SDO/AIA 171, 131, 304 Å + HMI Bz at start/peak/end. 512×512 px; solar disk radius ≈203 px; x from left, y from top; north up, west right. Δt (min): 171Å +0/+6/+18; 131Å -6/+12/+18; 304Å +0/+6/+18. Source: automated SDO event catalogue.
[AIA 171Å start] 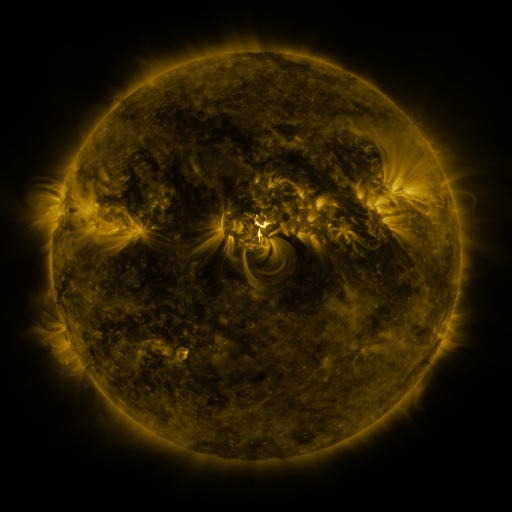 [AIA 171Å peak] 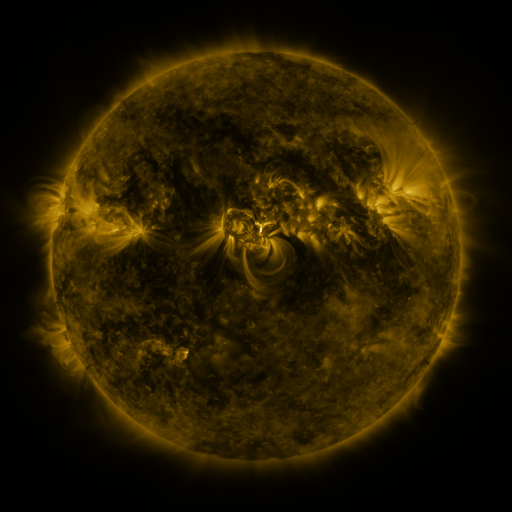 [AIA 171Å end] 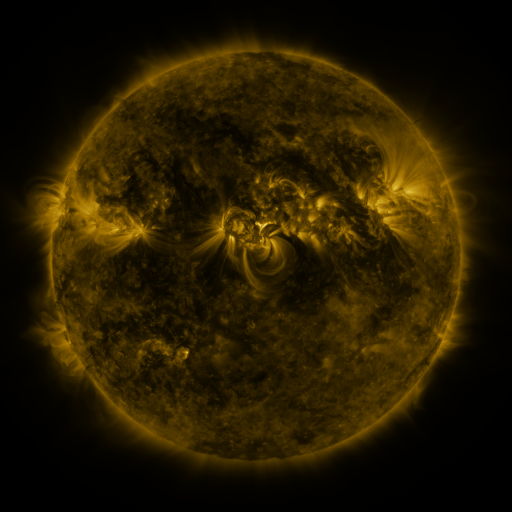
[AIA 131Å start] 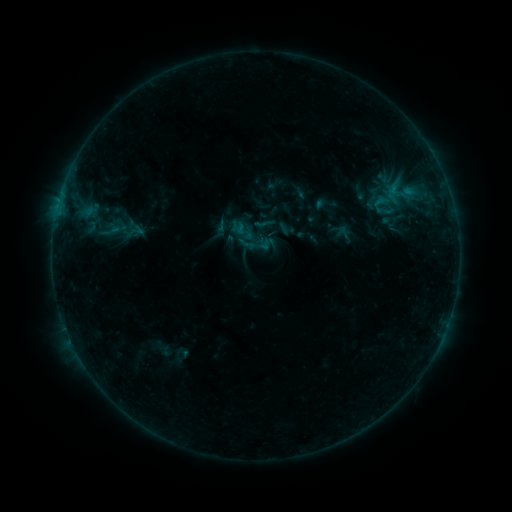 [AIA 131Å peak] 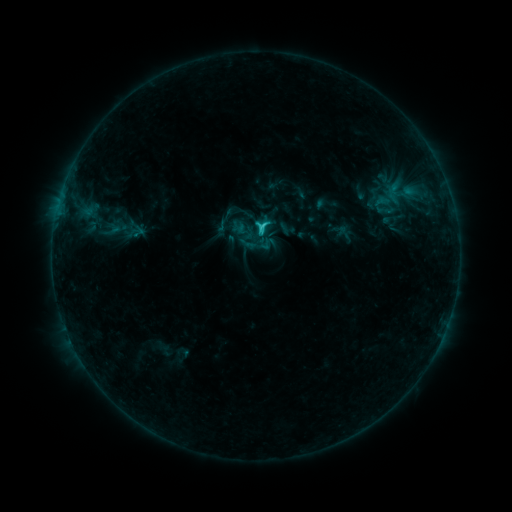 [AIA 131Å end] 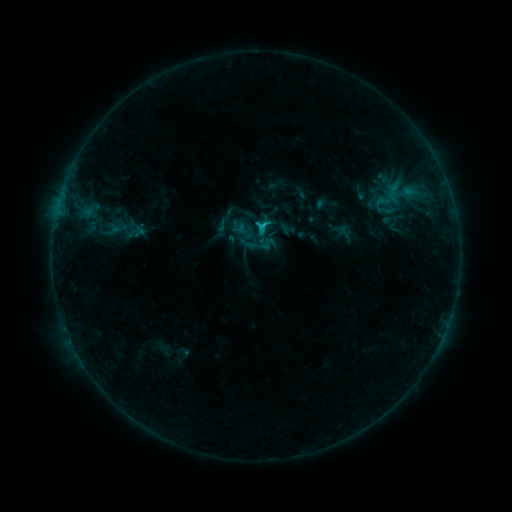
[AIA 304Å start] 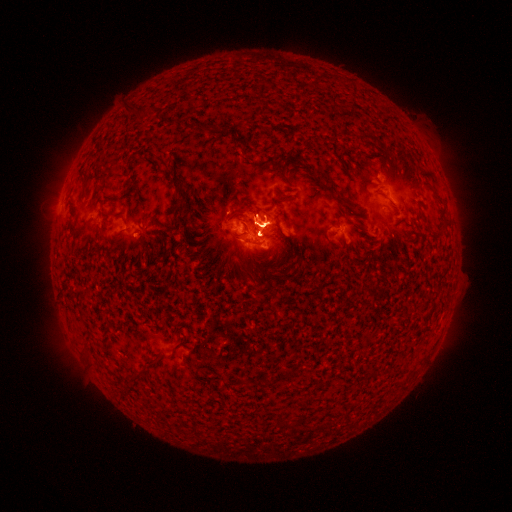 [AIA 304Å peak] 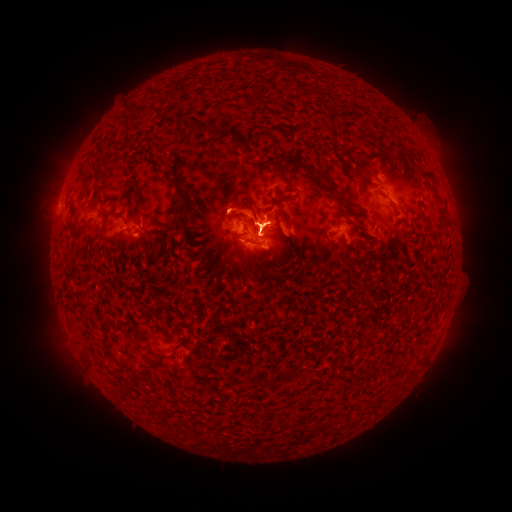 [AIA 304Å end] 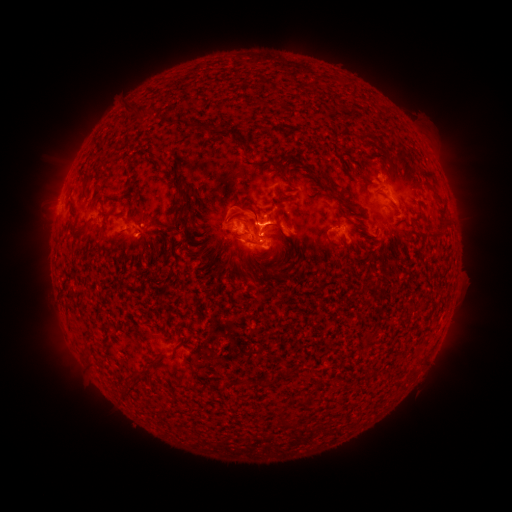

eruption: <bbox>200, 161, 429, 283</bbox>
